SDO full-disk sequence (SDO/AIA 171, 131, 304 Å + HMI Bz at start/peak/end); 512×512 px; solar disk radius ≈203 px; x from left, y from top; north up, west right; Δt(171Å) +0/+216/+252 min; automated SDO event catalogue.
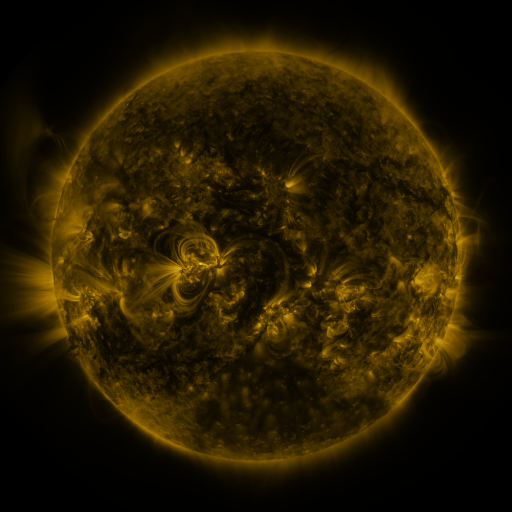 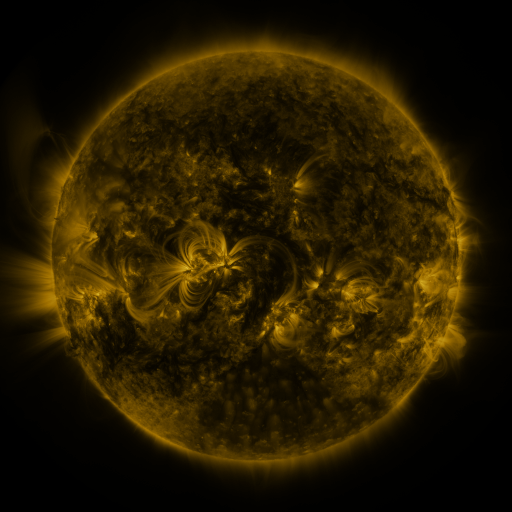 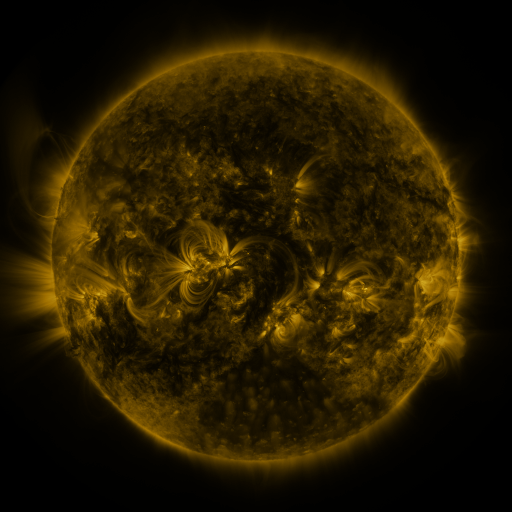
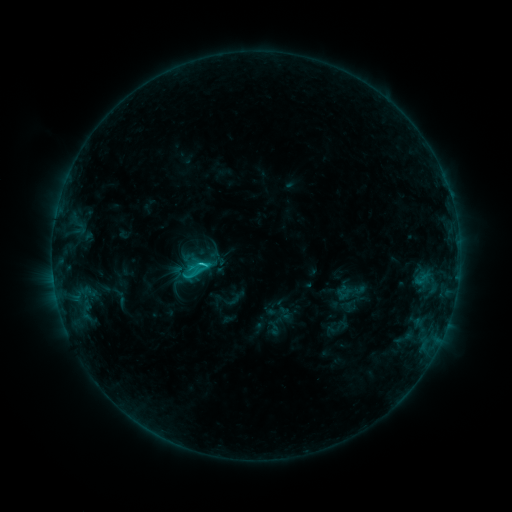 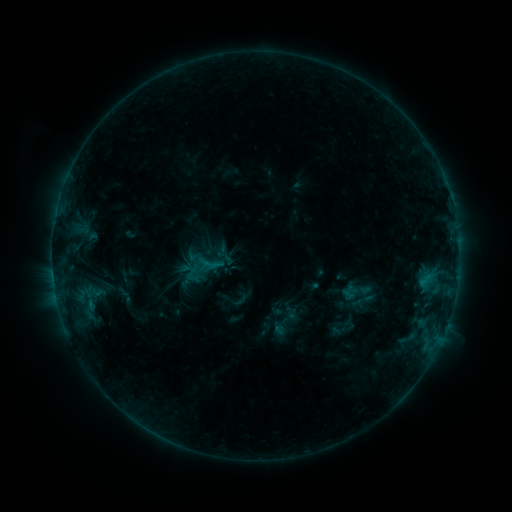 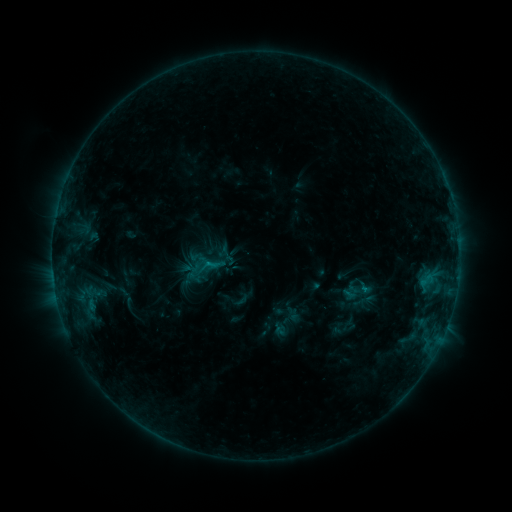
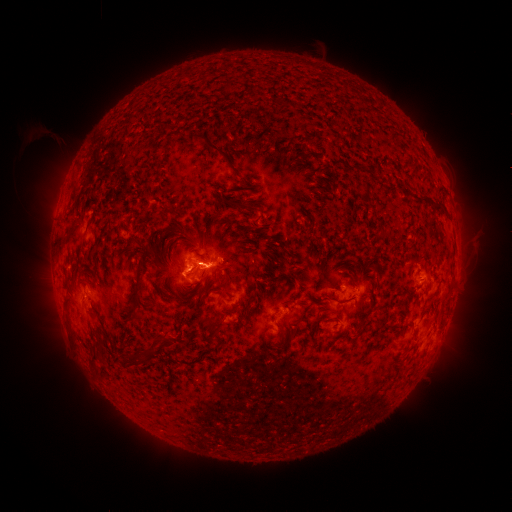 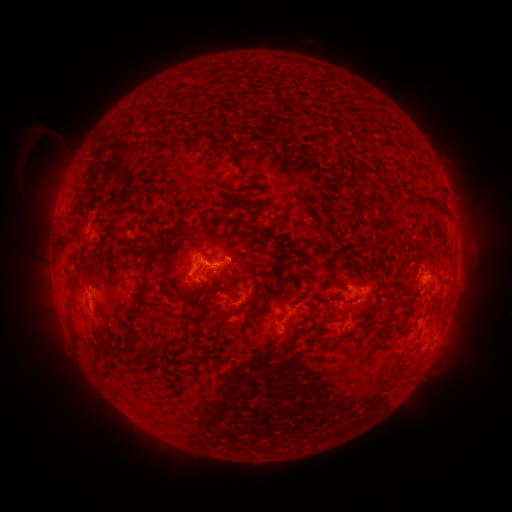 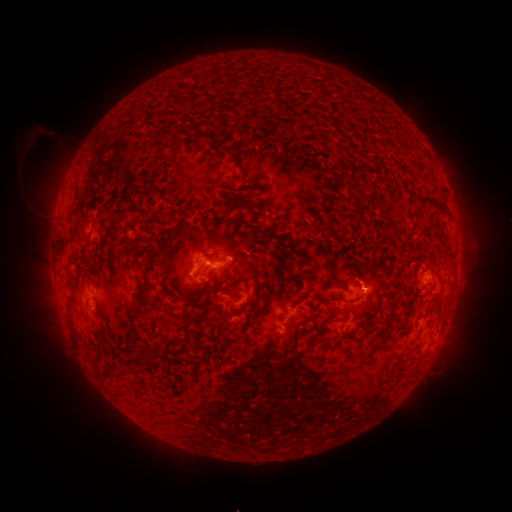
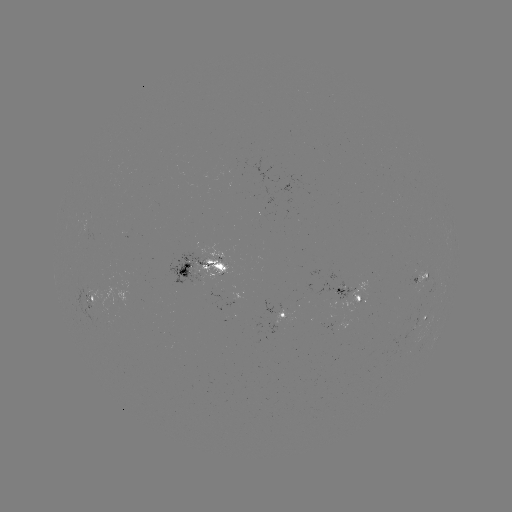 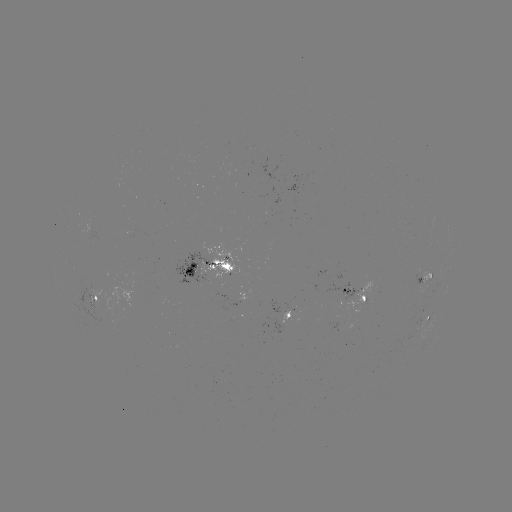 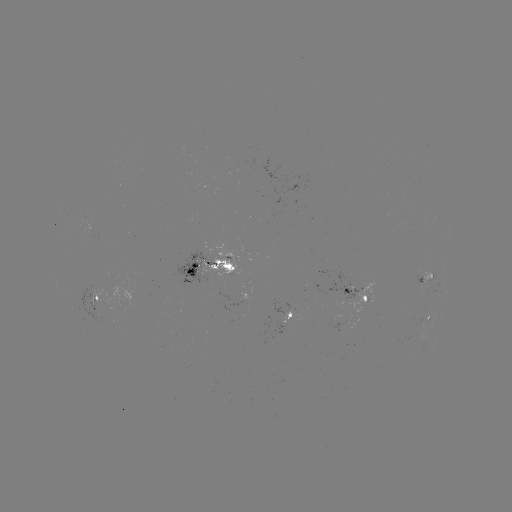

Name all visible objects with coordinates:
emerging-flux region: (422, 284)
